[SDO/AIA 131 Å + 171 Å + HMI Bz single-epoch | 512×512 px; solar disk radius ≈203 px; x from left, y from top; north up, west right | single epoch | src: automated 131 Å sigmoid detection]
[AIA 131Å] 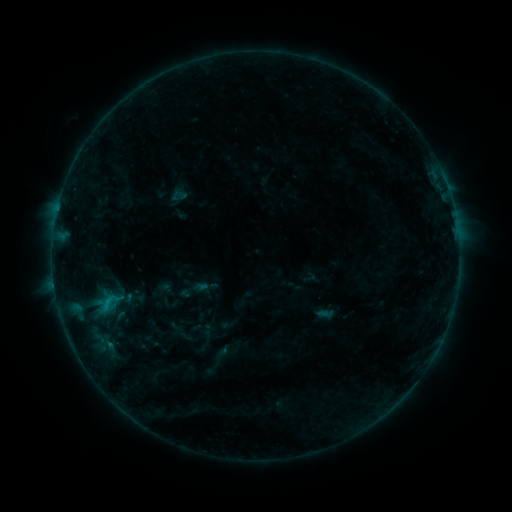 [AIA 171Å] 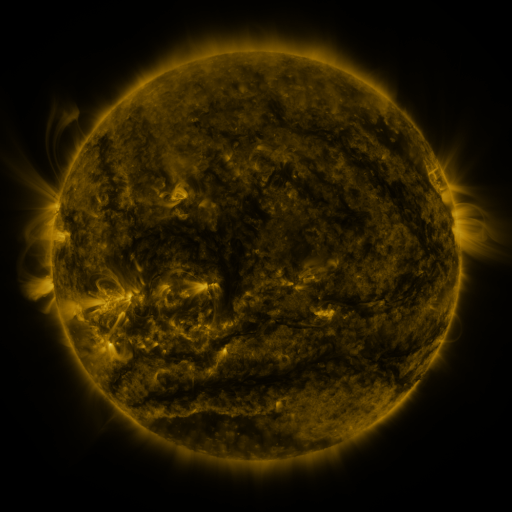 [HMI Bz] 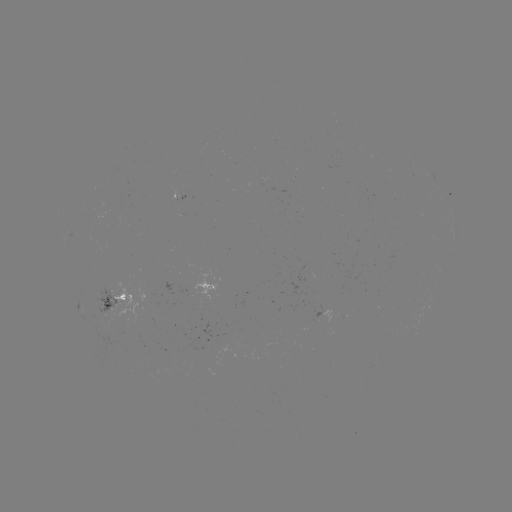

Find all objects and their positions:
sigmoid: (94, 291, 124, 312)
